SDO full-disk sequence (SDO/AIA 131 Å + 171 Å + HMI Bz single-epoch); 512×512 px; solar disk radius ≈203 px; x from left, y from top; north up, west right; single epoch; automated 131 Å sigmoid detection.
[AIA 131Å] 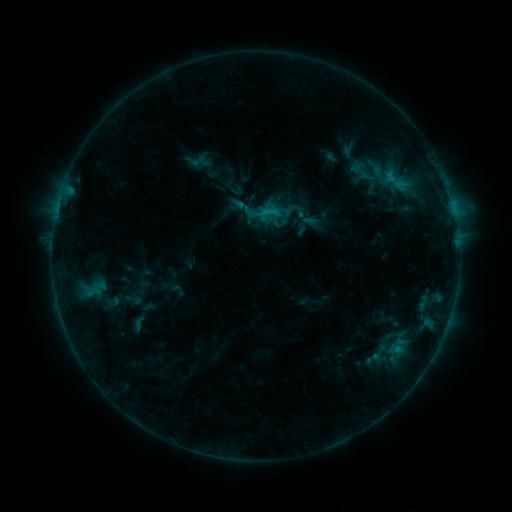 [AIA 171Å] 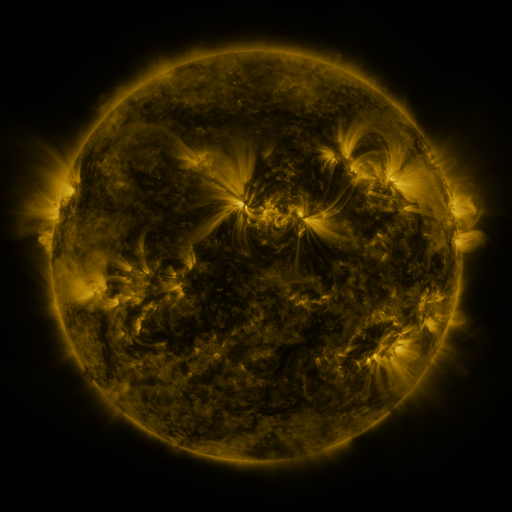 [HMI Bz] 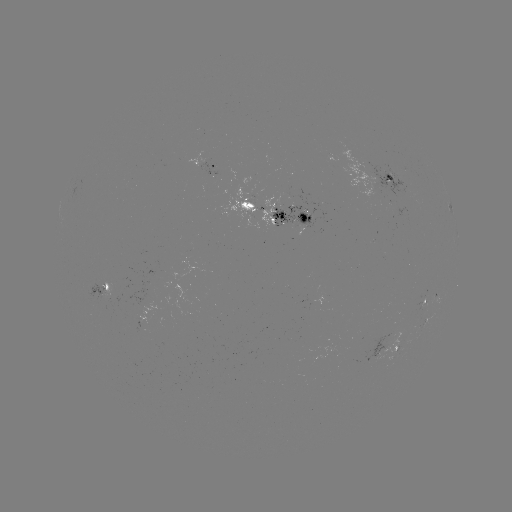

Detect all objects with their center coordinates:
sigmoid: (246, 209)
sigmoid: (298, 217)
